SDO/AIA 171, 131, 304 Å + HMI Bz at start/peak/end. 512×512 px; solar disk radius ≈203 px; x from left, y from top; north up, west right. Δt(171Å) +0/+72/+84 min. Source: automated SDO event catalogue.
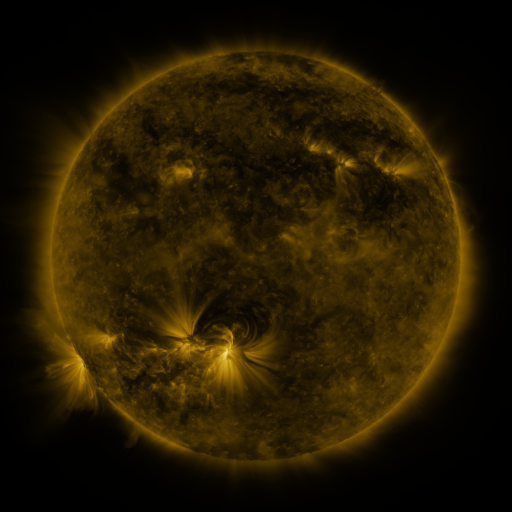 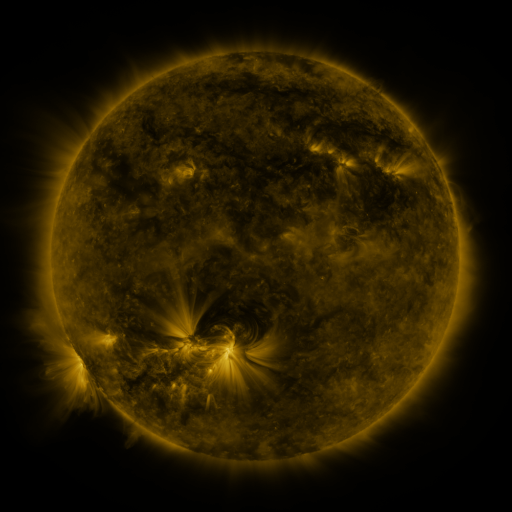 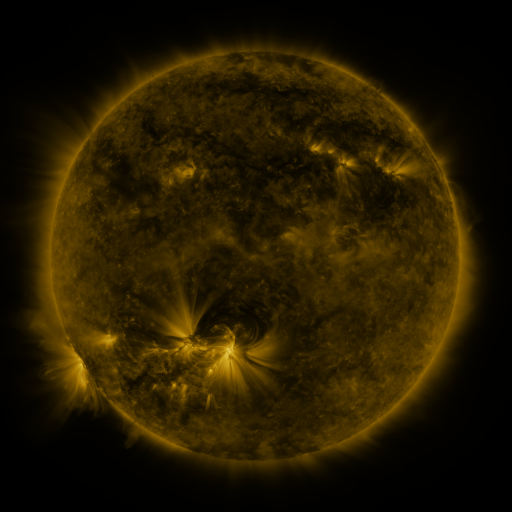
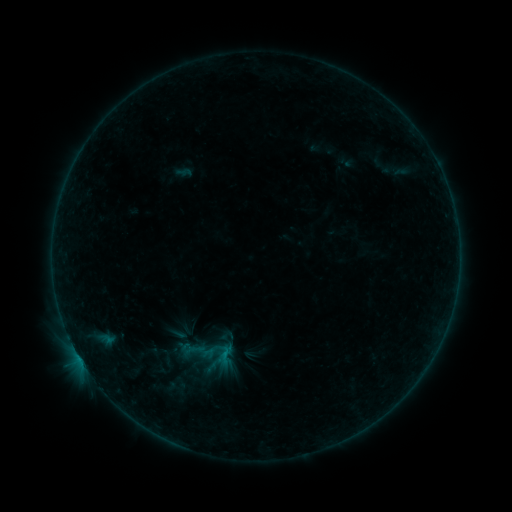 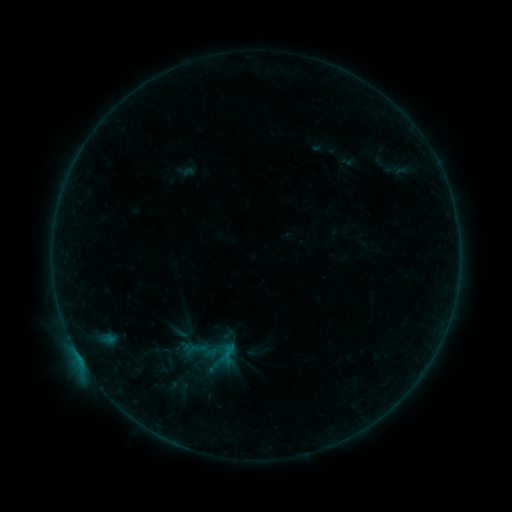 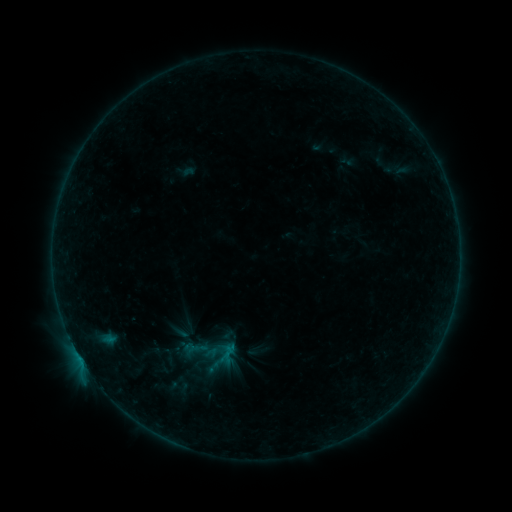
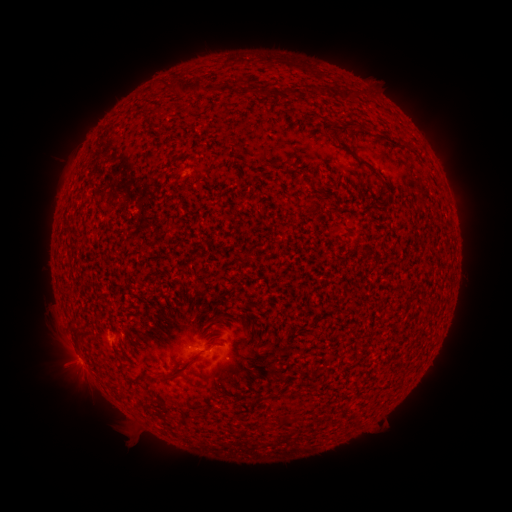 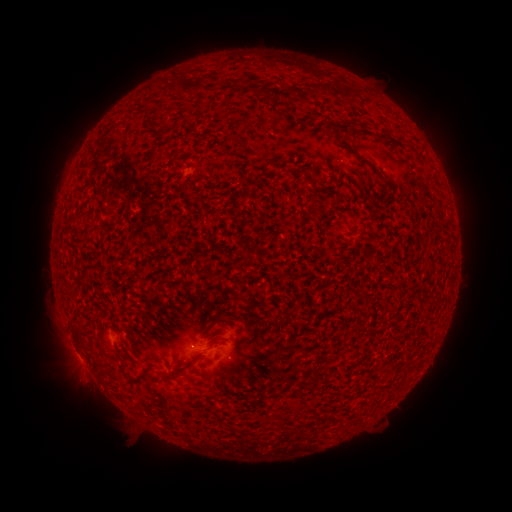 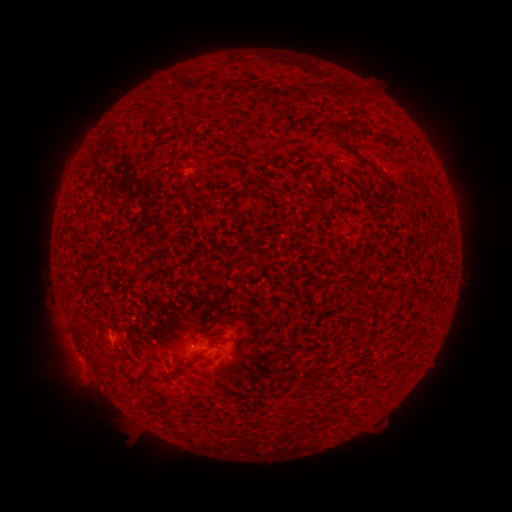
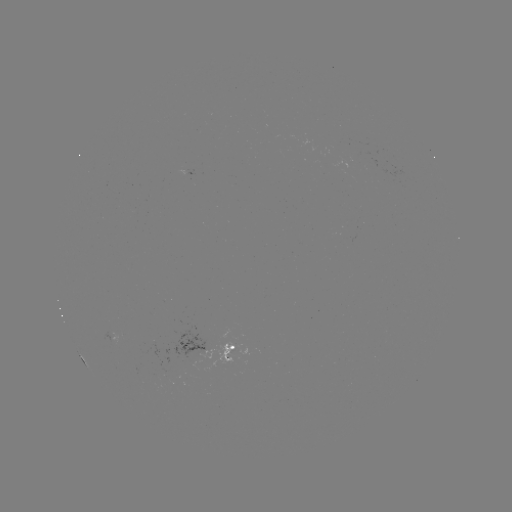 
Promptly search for B1.9 flare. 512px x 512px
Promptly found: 80,357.